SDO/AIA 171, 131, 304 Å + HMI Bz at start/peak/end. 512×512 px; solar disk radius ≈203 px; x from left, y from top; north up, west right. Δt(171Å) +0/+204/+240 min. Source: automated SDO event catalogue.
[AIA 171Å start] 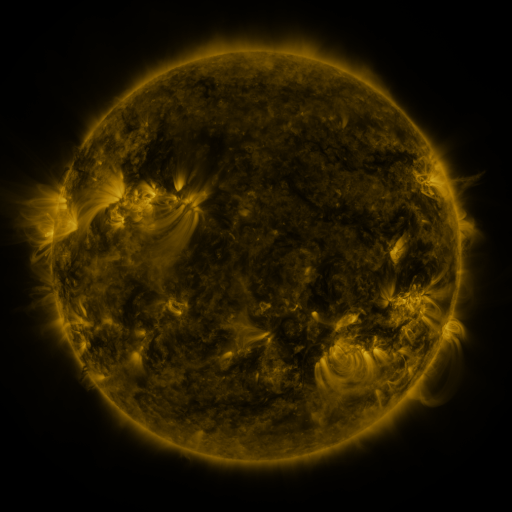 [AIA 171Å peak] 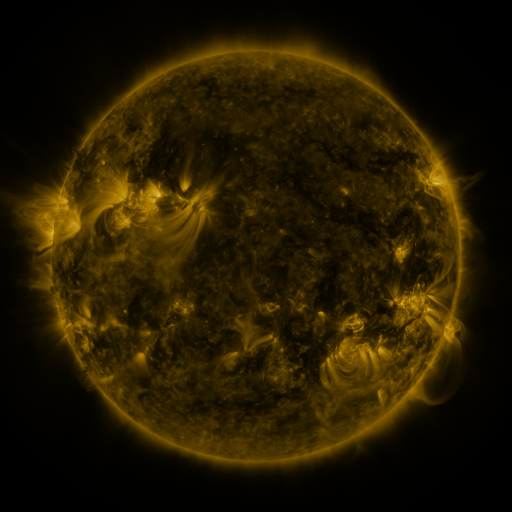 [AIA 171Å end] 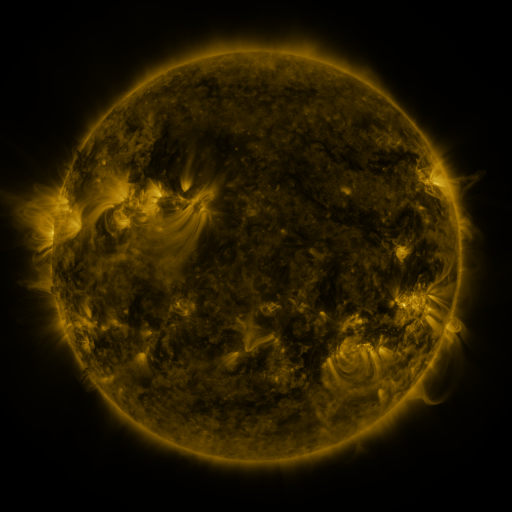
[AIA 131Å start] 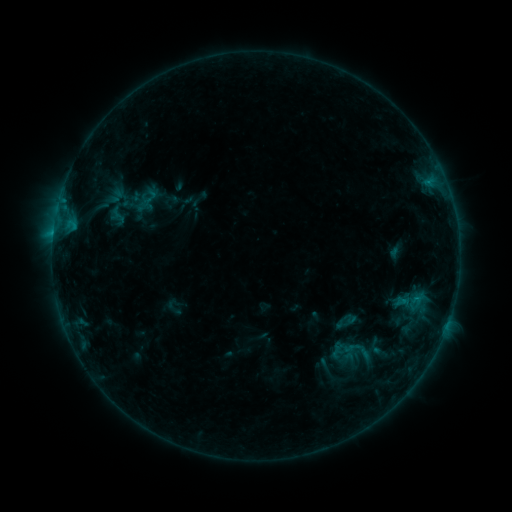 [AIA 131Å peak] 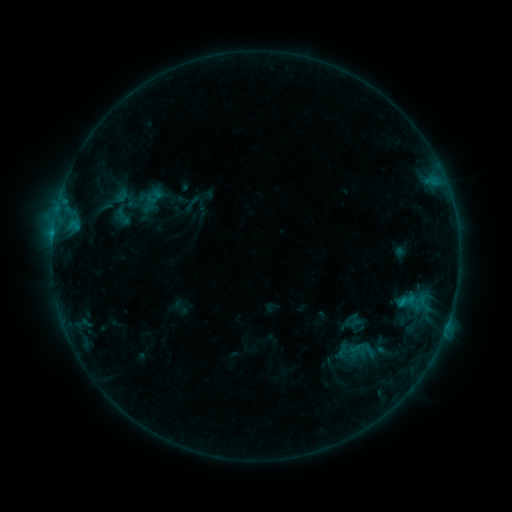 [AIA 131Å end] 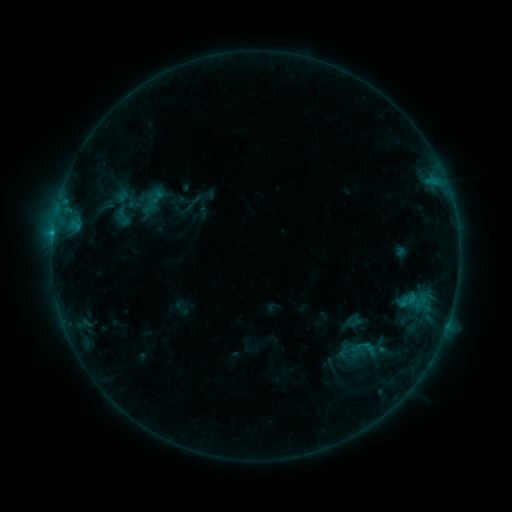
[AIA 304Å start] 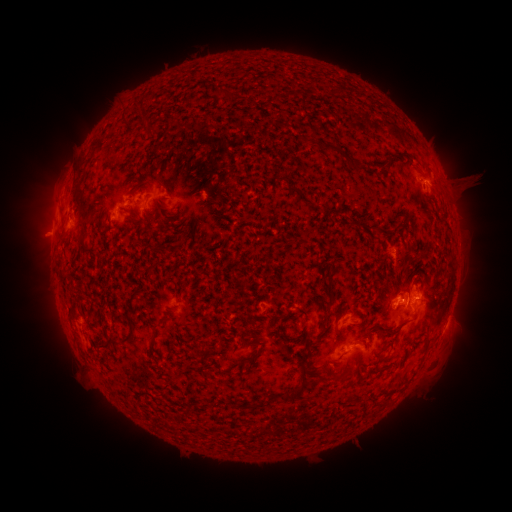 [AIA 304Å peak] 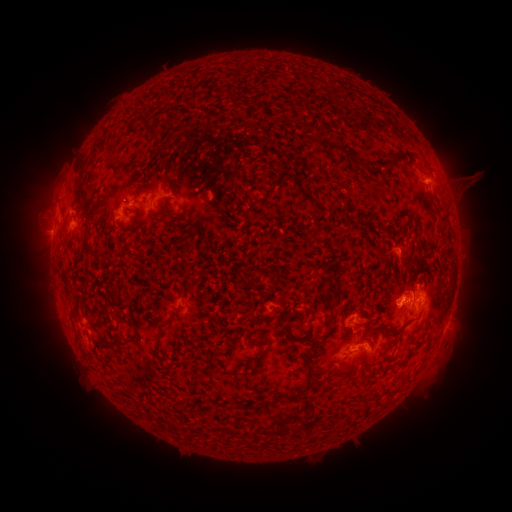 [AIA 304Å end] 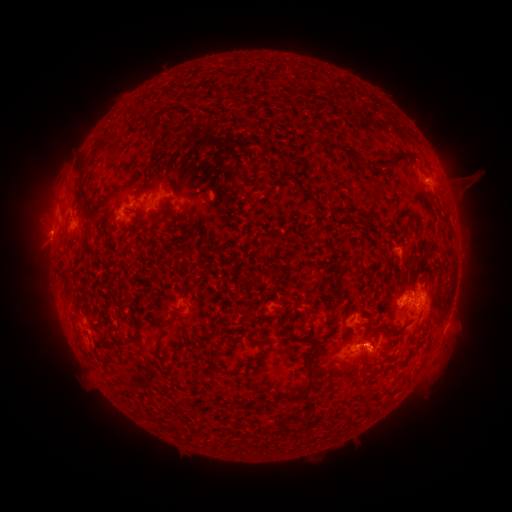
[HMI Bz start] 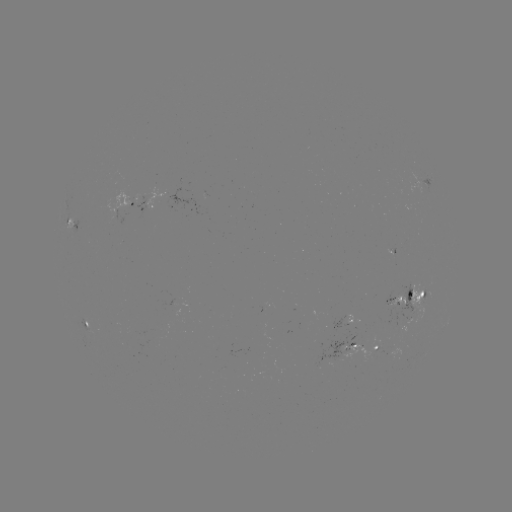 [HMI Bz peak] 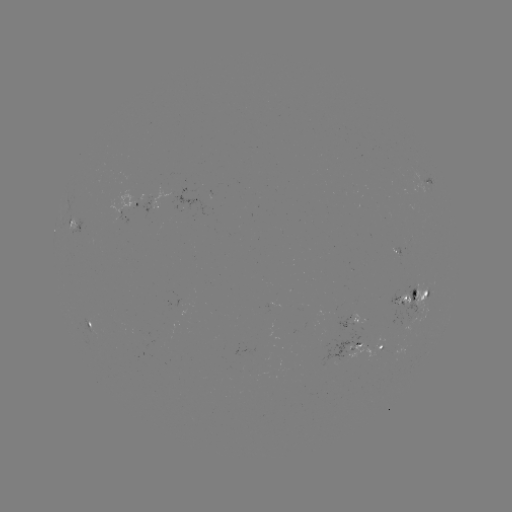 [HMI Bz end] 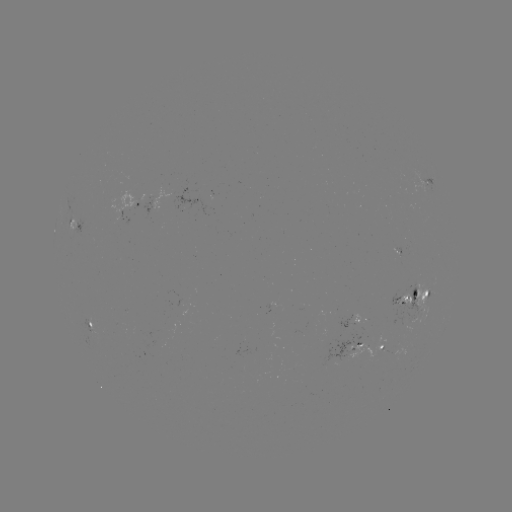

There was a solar emerging-flux region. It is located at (404, 296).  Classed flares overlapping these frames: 4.